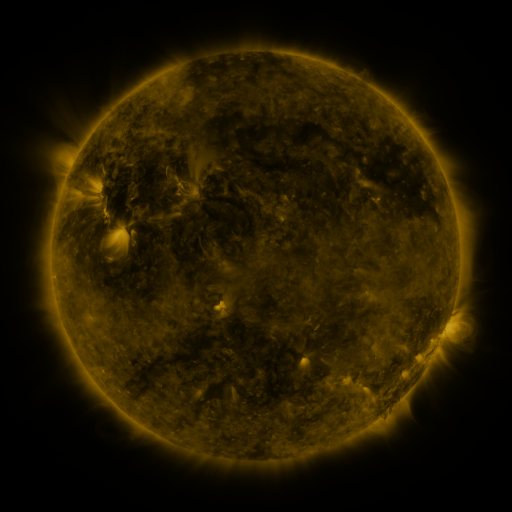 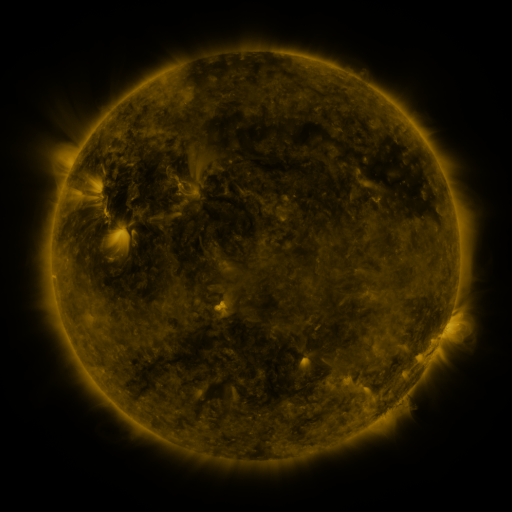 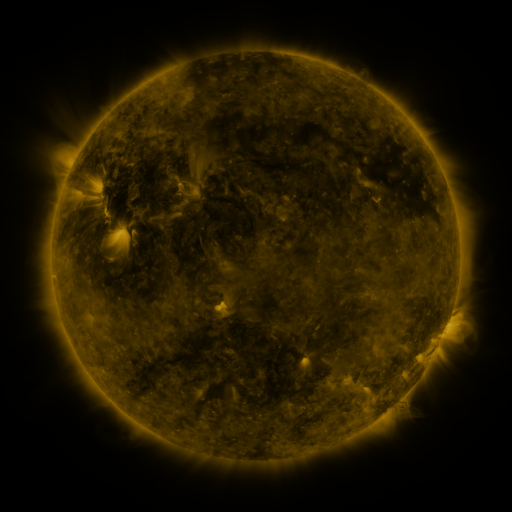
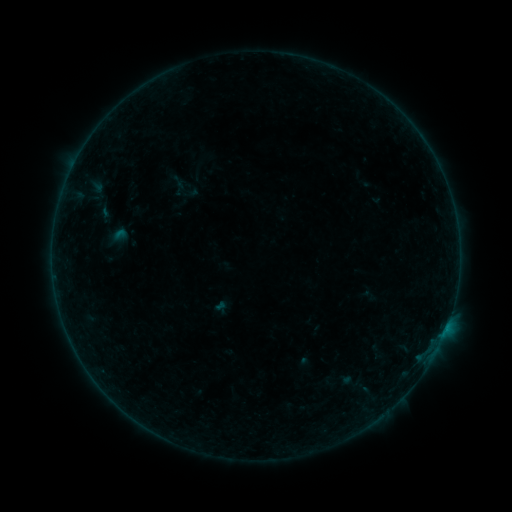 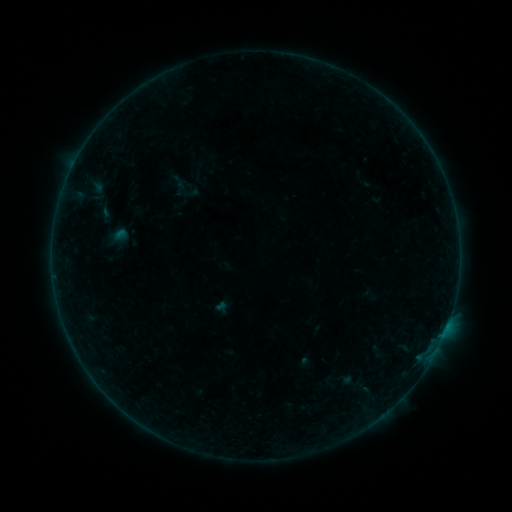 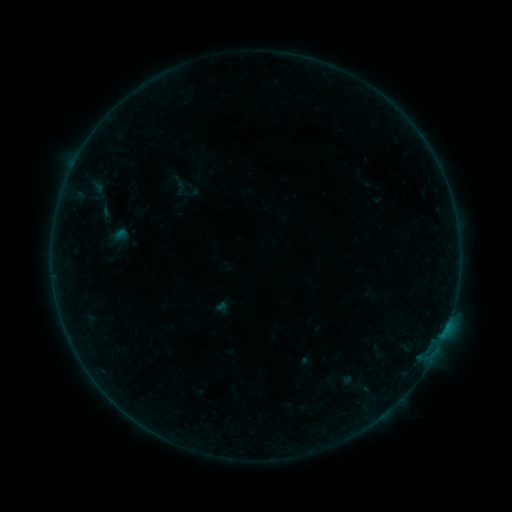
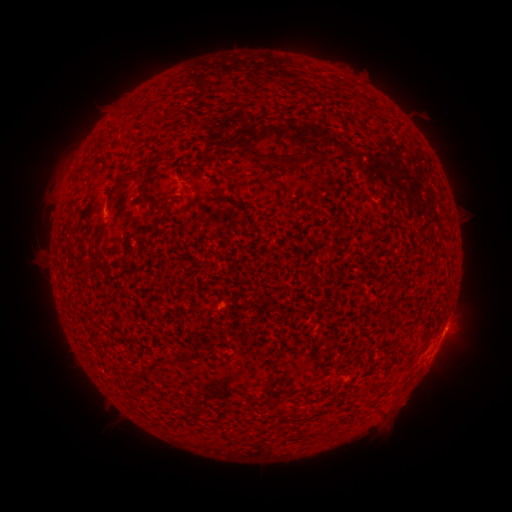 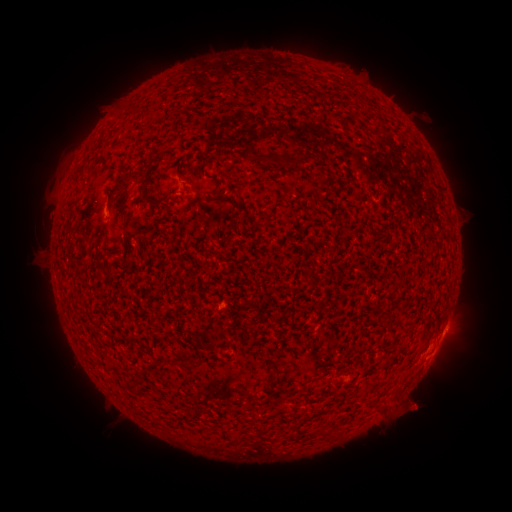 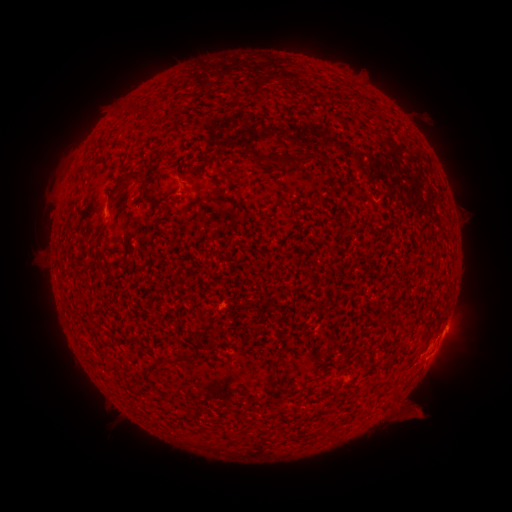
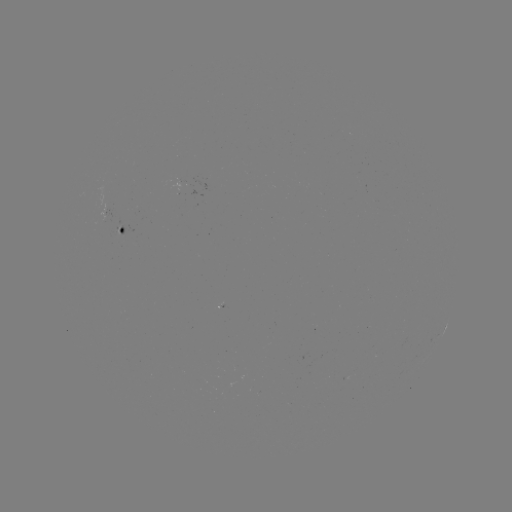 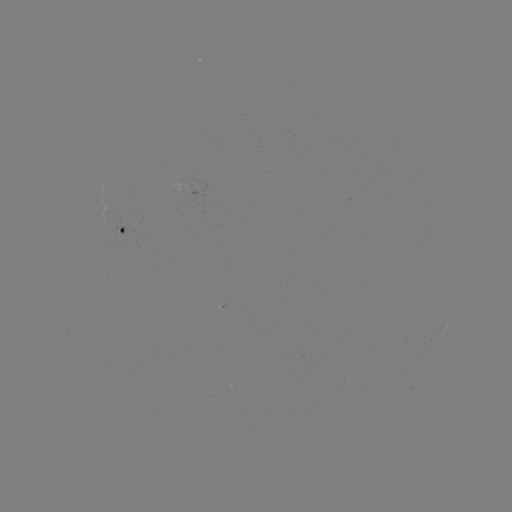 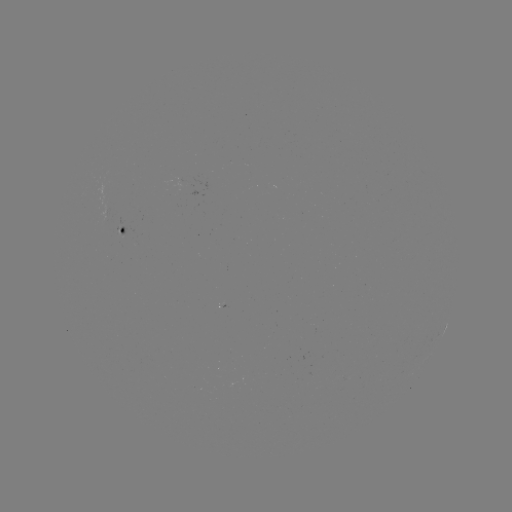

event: eruption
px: (414, 408)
